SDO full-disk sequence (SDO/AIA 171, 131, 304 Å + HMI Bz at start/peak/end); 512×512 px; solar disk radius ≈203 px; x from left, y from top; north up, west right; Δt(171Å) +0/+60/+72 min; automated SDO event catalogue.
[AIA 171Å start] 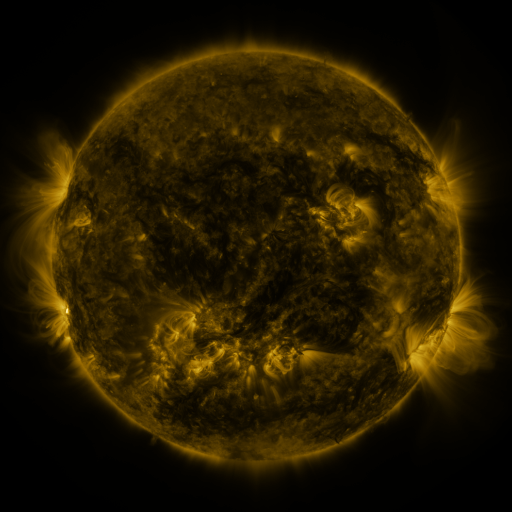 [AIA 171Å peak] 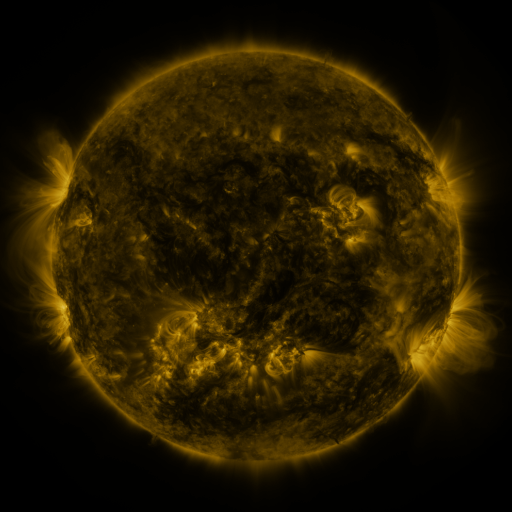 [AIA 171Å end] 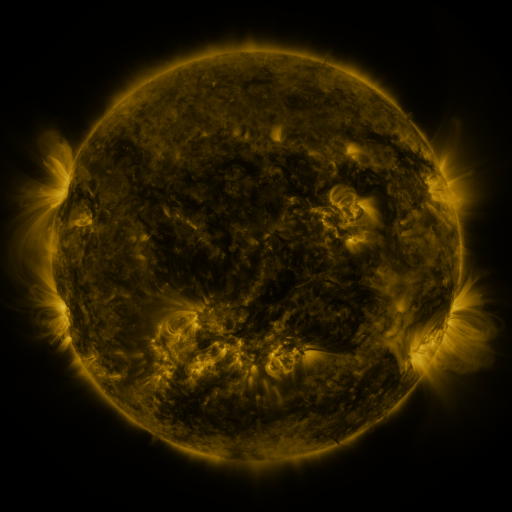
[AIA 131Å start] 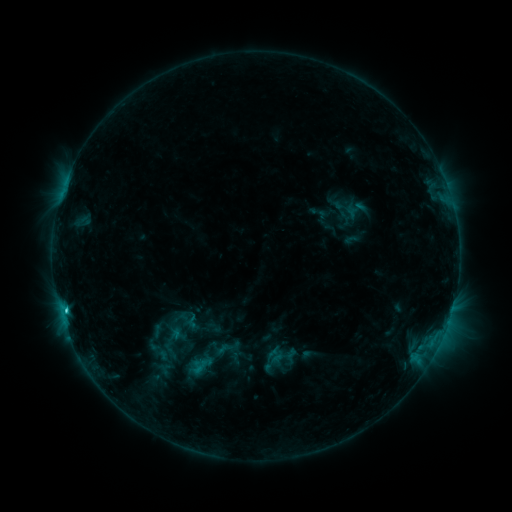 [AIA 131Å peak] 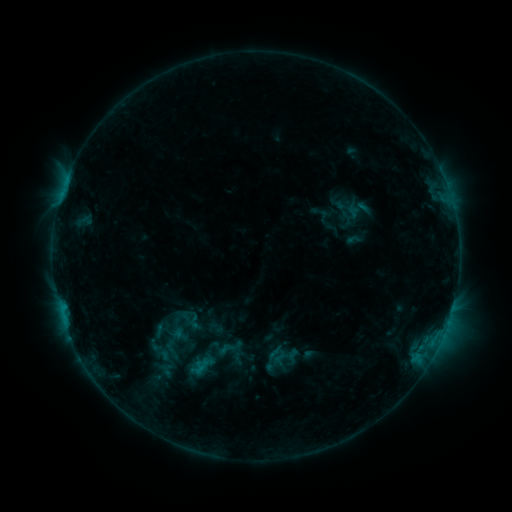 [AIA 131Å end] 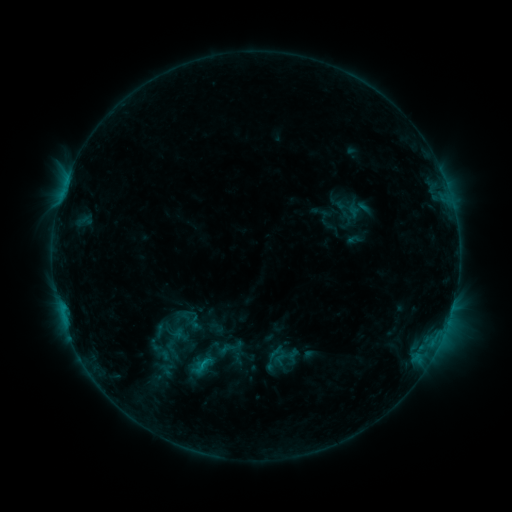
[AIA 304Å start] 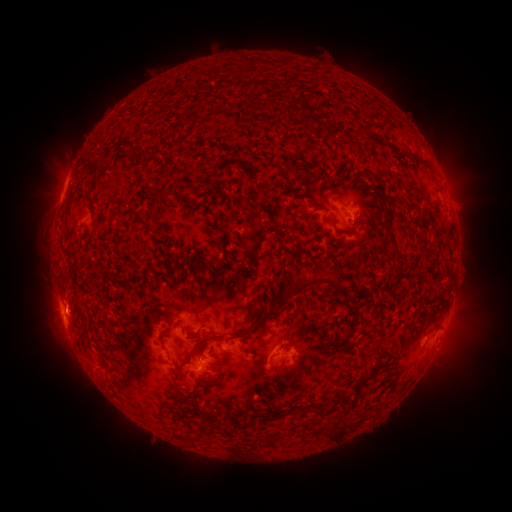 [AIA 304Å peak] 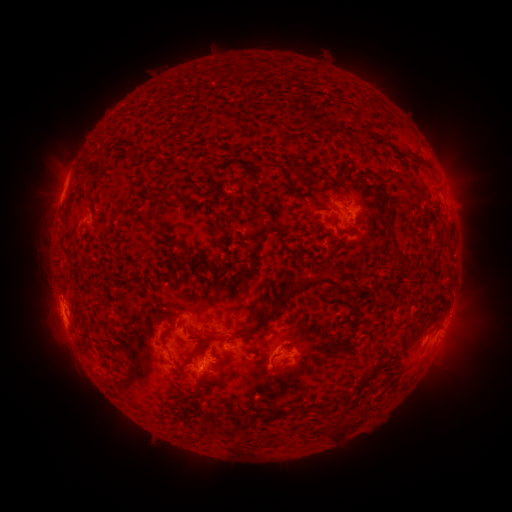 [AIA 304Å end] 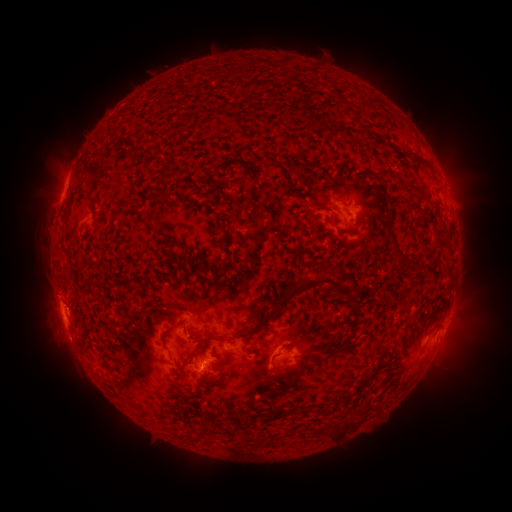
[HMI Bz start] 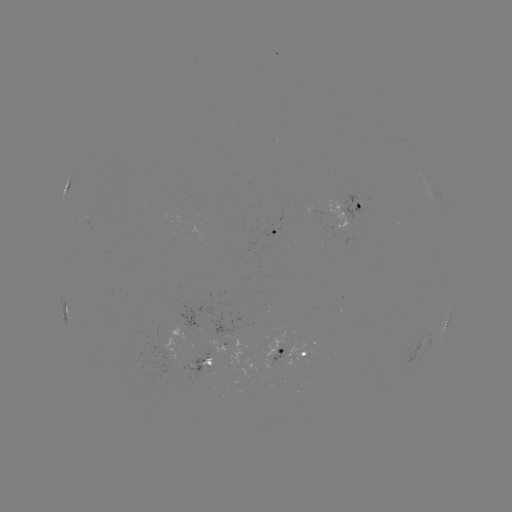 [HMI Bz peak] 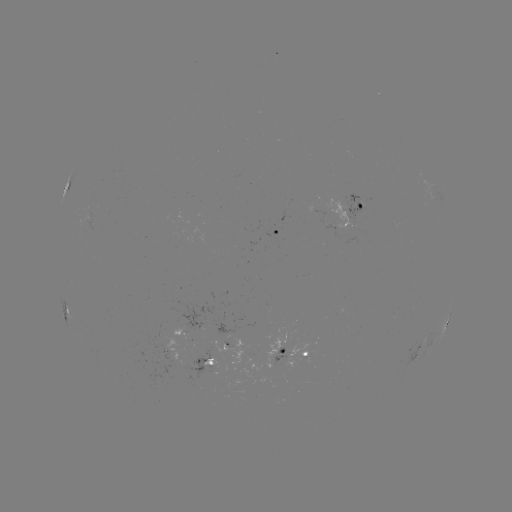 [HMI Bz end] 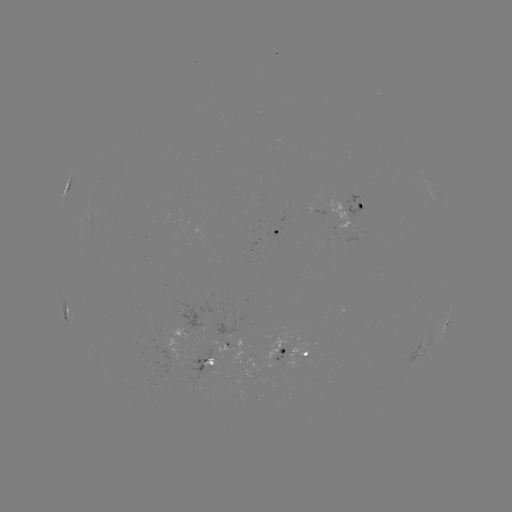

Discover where emerging-flux region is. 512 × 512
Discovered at [359, 203].